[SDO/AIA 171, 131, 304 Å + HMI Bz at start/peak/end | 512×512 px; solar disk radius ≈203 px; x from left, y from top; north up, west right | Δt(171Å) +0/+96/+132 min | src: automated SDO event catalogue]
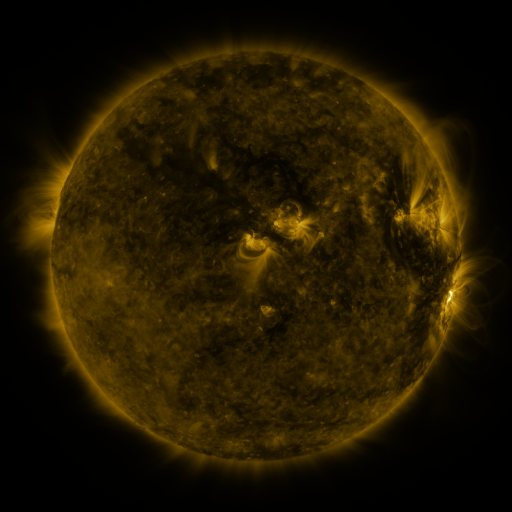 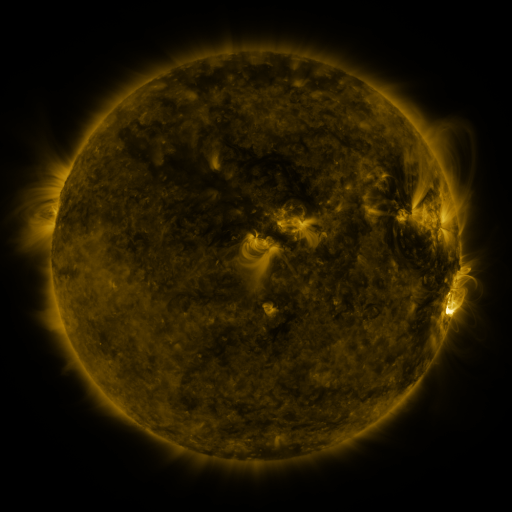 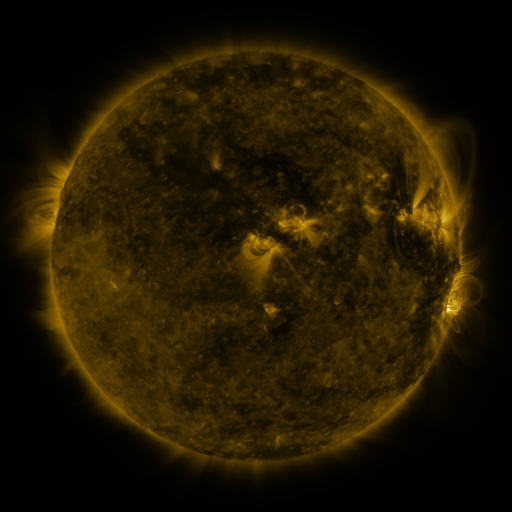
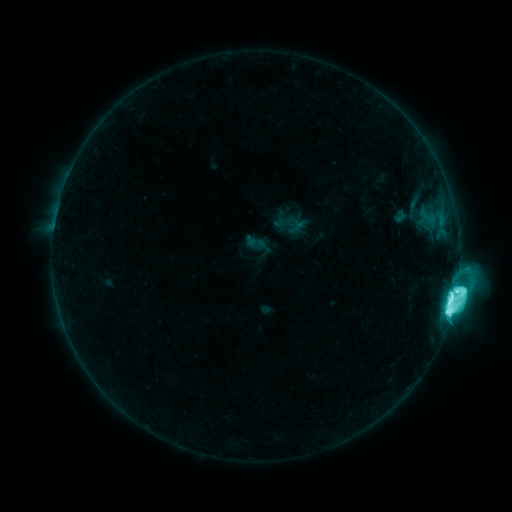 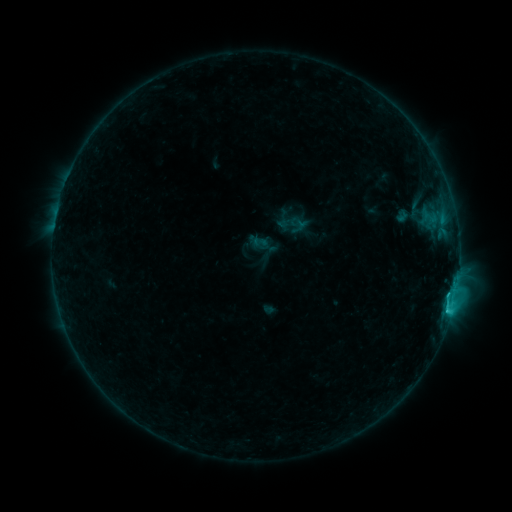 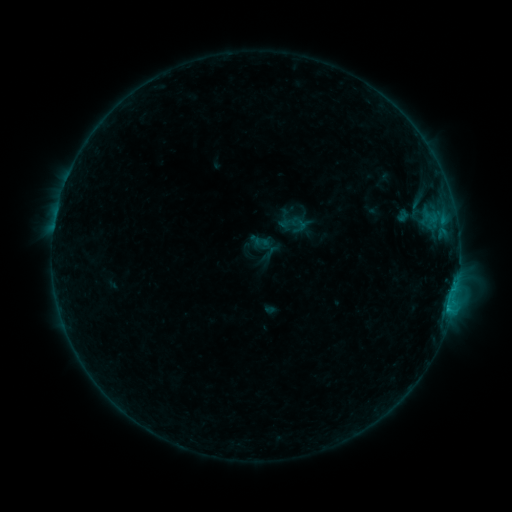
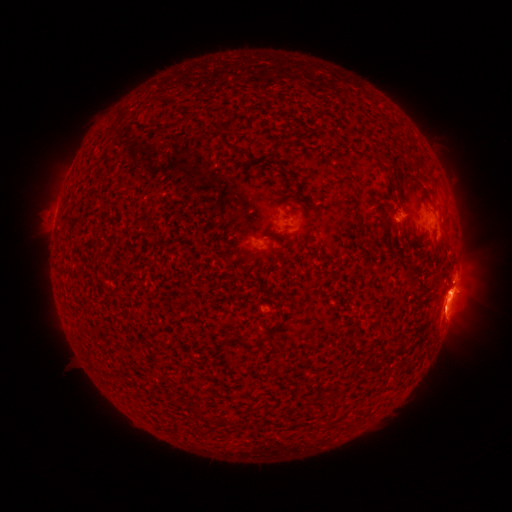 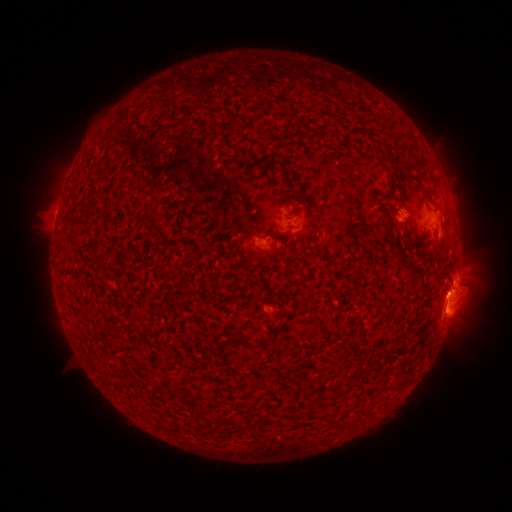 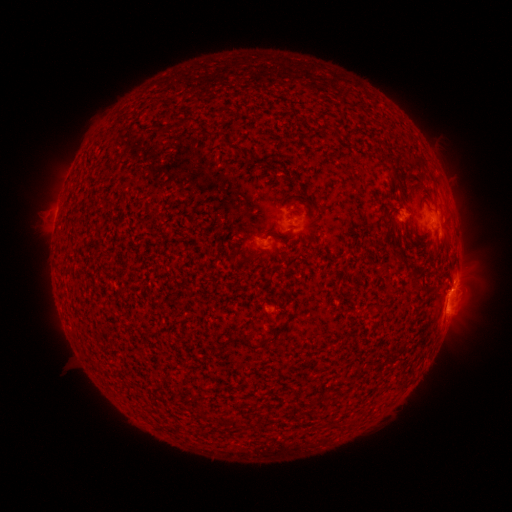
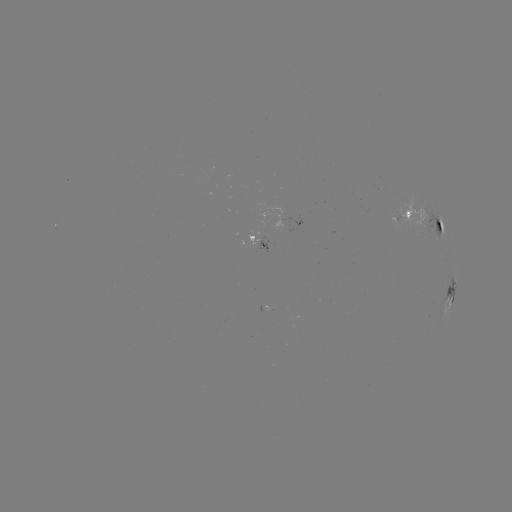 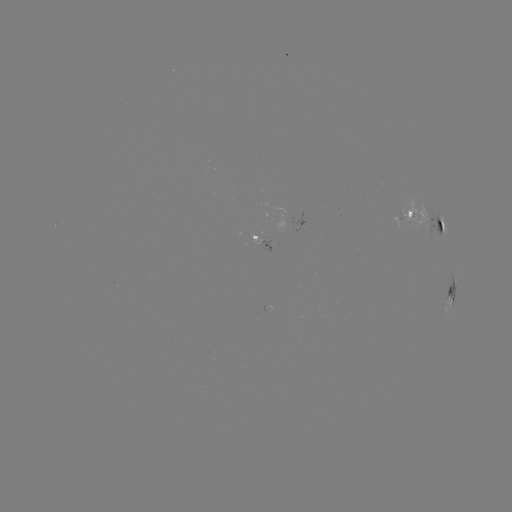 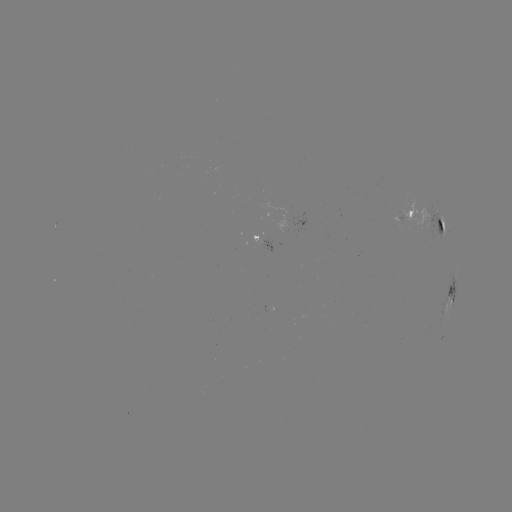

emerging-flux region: <bbox>360, 142, 371, 149</bbox>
